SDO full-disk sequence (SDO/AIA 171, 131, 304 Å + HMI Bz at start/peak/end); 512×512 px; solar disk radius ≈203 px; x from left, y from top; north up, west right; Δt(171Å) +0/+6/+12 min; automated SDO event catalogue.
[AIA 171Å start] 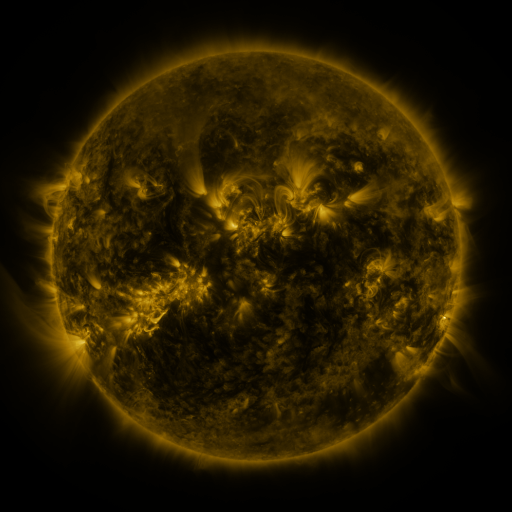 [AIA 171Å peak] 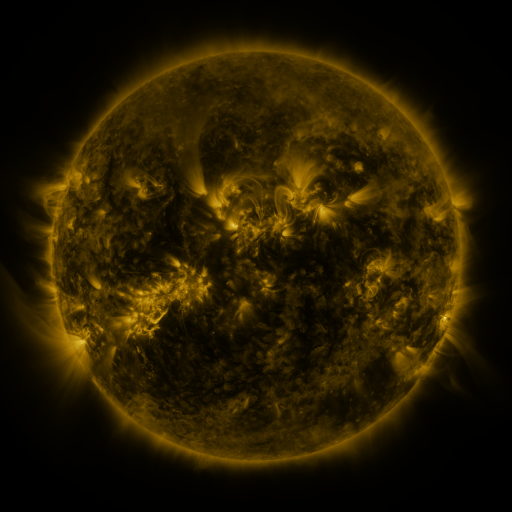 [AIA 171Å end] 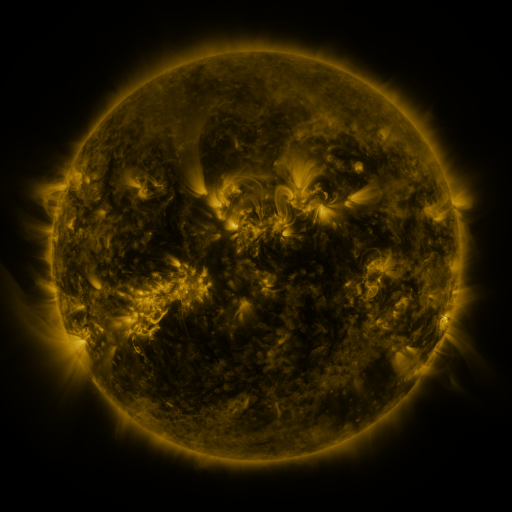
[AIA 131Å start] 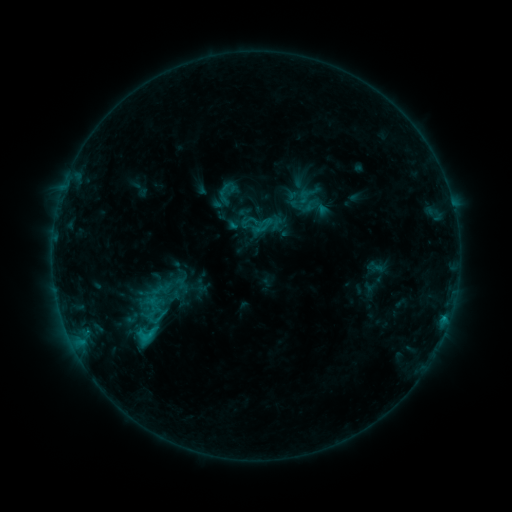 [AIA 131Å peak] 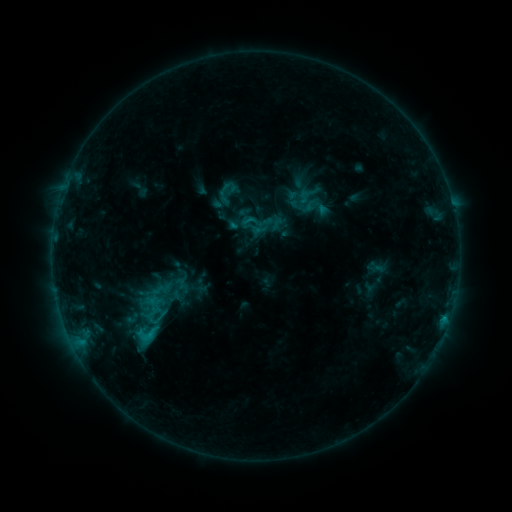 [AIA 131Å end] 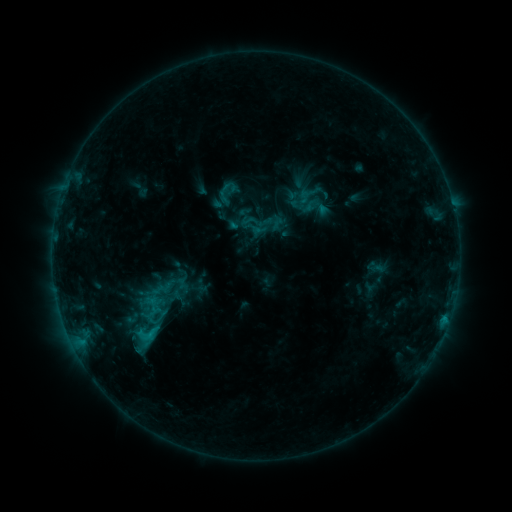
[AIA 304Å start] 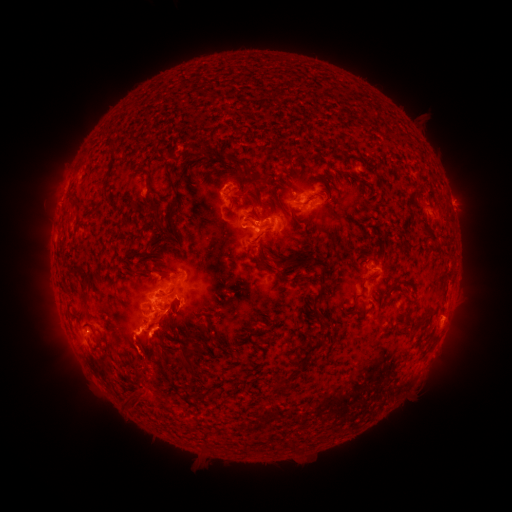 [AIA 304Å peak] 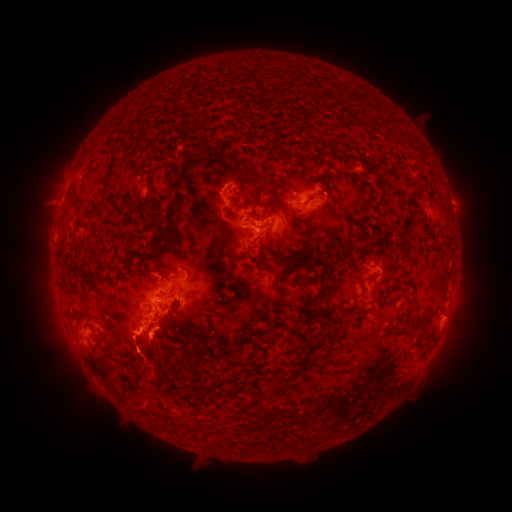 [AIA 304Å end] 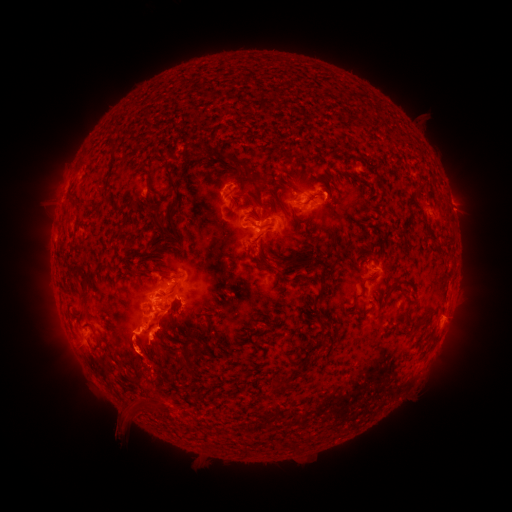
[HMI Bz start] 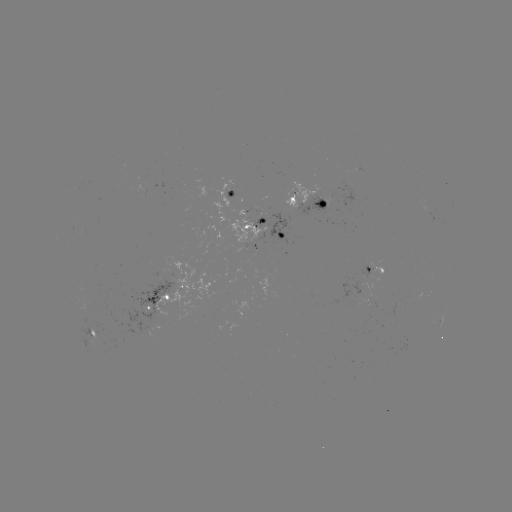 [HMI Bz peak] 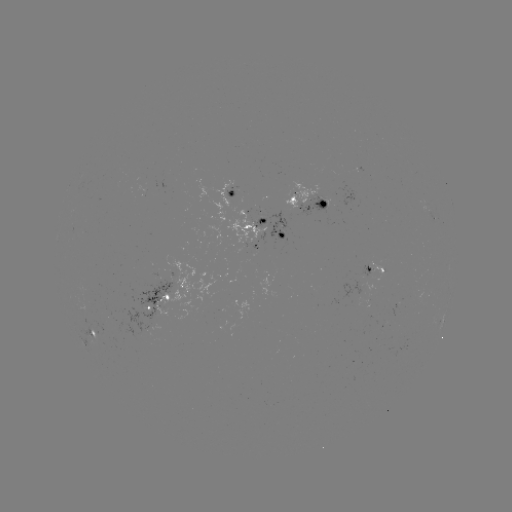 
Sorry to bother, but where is eruption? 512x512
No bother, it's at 133,355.